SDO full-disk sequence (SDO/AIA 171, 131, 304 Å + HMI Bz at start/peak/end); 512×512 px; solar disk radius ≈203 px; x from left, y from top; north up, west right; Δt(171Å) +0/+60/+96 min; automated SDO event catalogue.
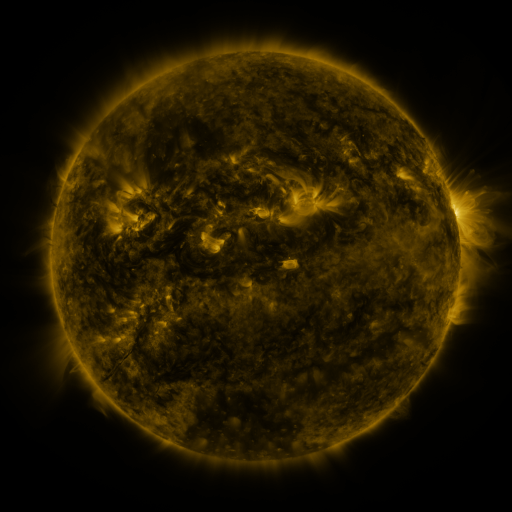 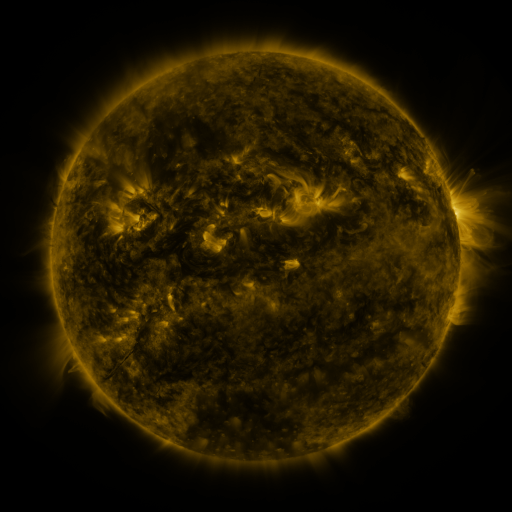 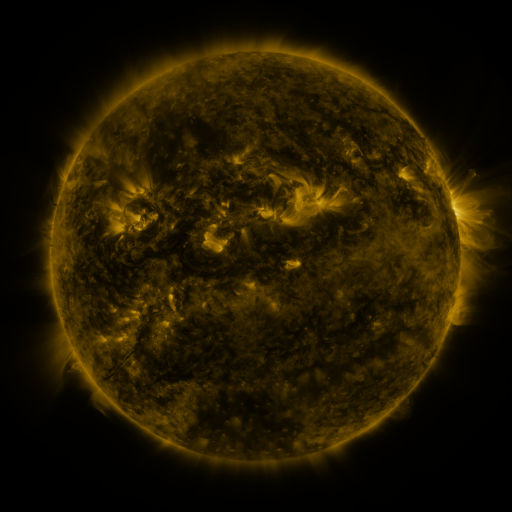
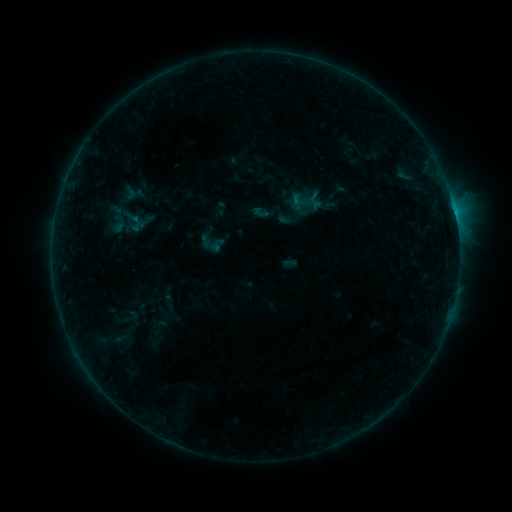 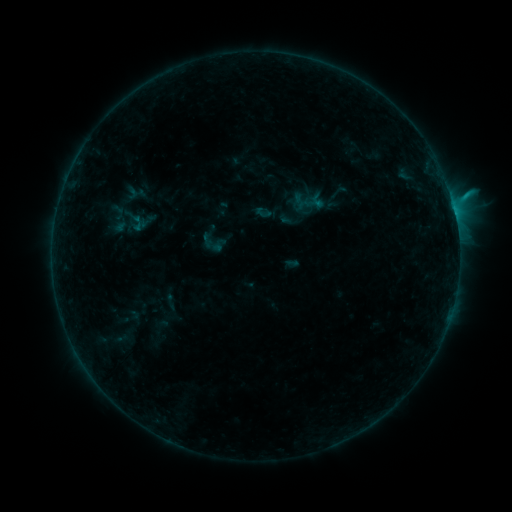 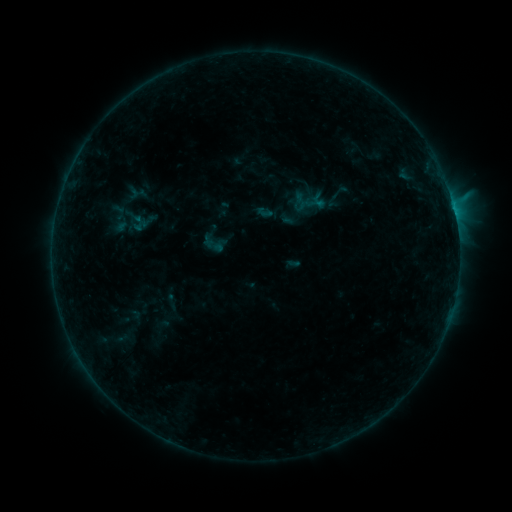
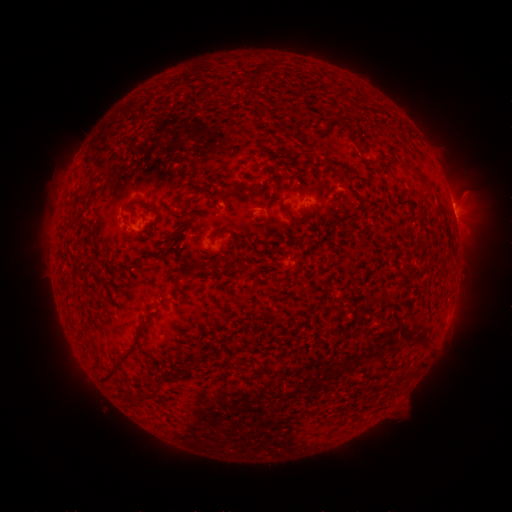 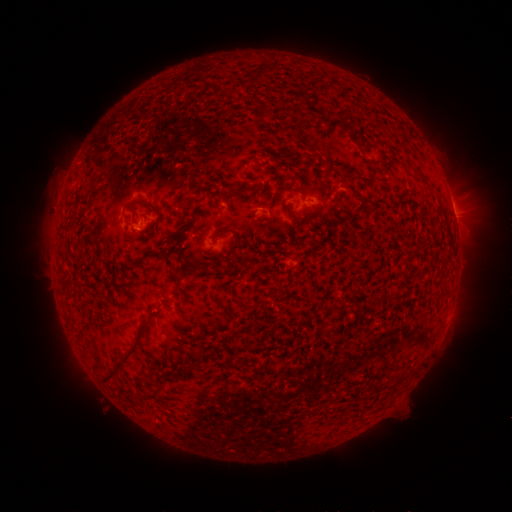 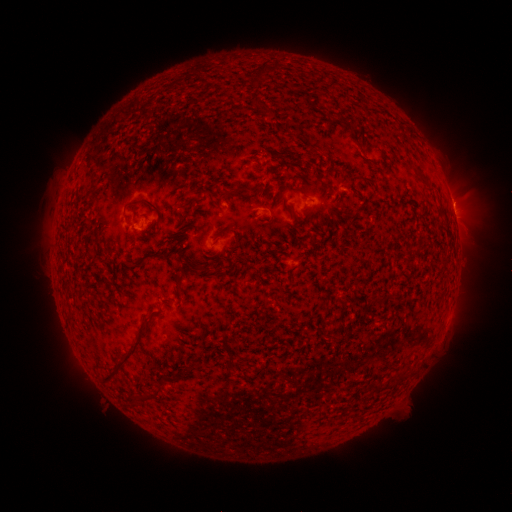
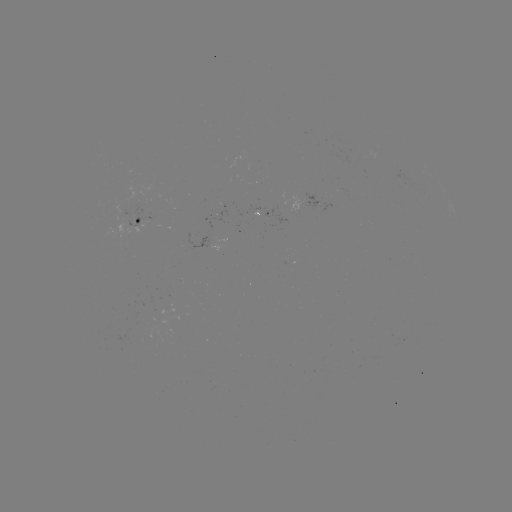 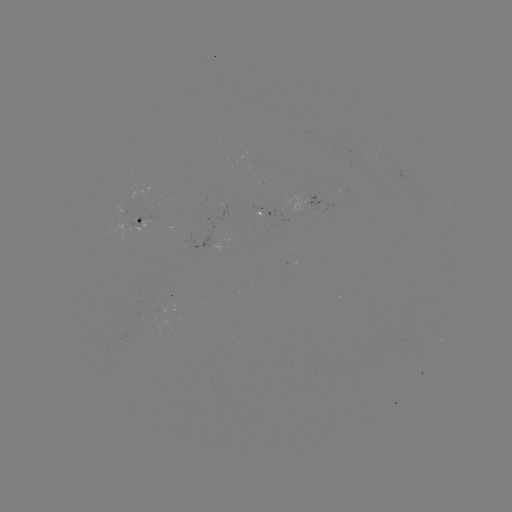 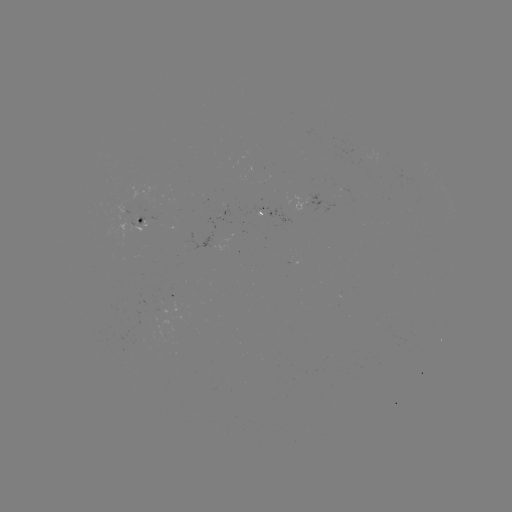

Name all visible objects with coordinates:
emerging-flux region: (140, 338)
